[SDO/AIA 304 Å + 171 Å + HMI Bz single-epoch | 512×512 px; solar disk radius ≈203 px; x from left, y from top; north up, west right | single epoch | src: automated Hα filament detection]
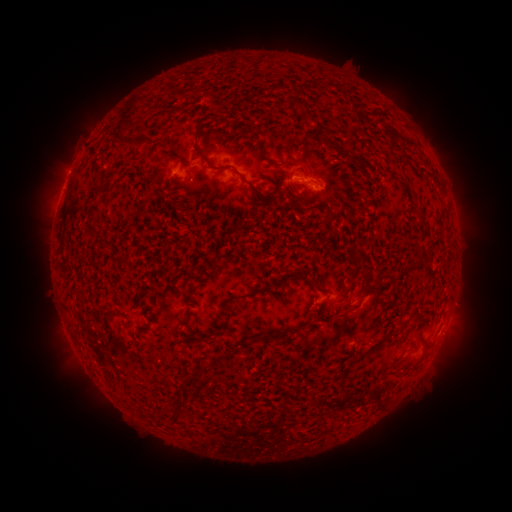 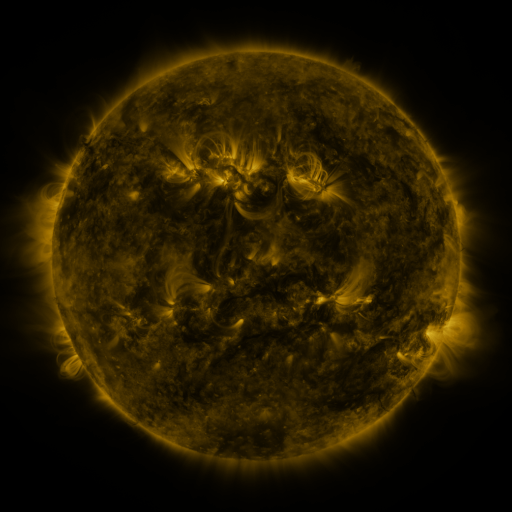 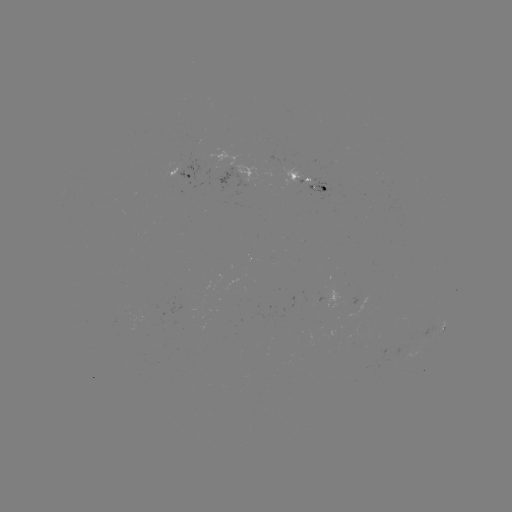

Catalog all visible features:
filament: [292, 100, 306, 109]
filament: [304, 112, 318, 121]
filament: [193, 125, 272, 200]
filament: [113, 134, 155, 147]
filament: [257, 145, 316, 179]
filament: [341, 151, 360, 162]
filament: [175, 180, 186, 188]
filament: [286, 182, 294, 196]
filament: [355, 251, 364, 260]
filament: [298, 266, 308, 275]
filament: [366, 283, 382, 296]
filament: [343, 300, 352, 311]
filament: [180, 312, 188, 325]
filament: [407, 314, 417, 330]
filament: [286, 320, 308, 336]
filament: [252, 331, 282, 342]
filament: [356, 350, 366, 360]
filament: [410, 353, 425, 372]
filament: [396, 355, 407, 363]
filament: [374, 390, 385, 408]
filament: [167, 412, 178, 421]
